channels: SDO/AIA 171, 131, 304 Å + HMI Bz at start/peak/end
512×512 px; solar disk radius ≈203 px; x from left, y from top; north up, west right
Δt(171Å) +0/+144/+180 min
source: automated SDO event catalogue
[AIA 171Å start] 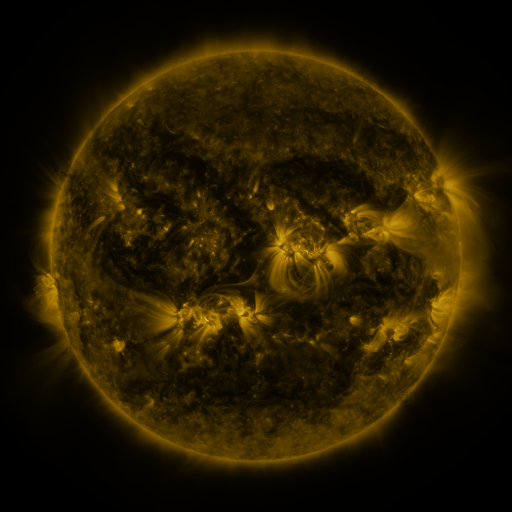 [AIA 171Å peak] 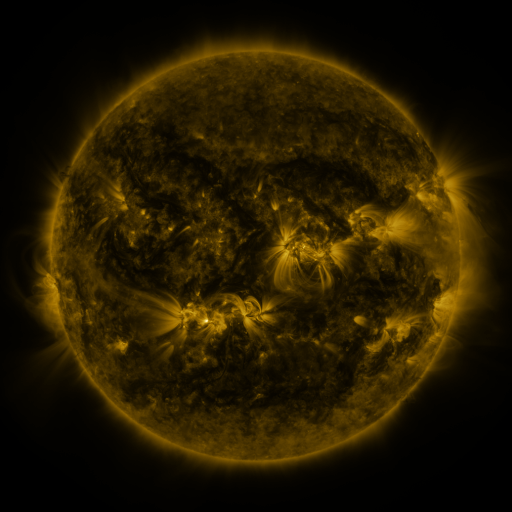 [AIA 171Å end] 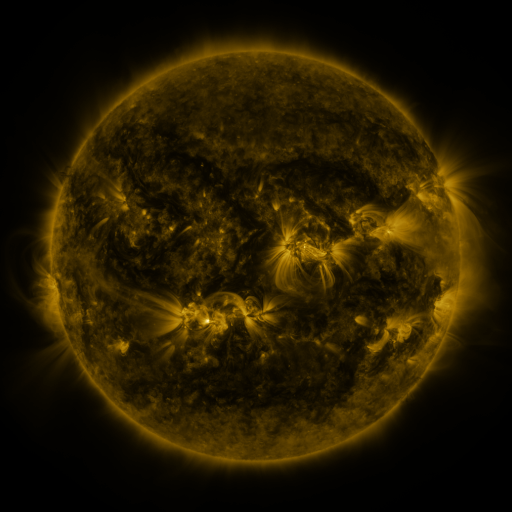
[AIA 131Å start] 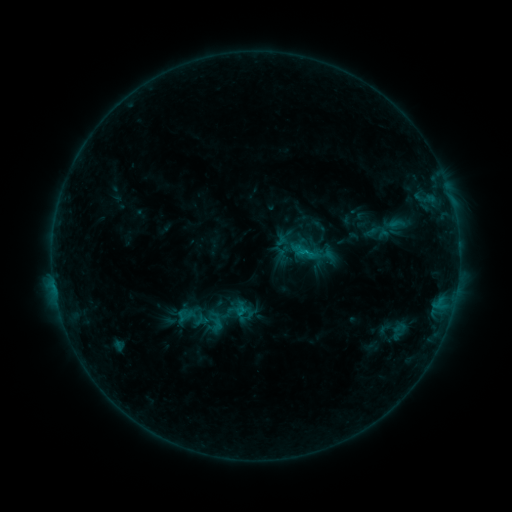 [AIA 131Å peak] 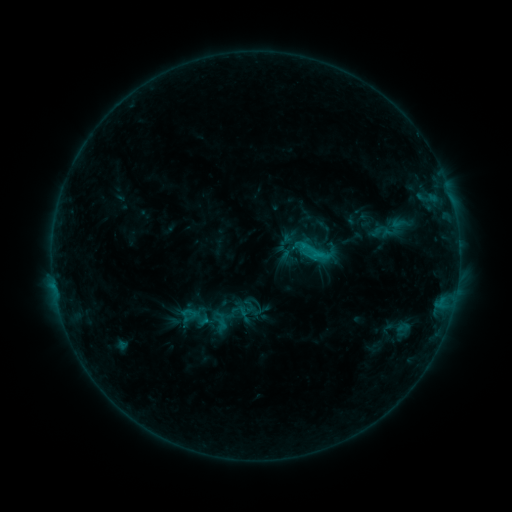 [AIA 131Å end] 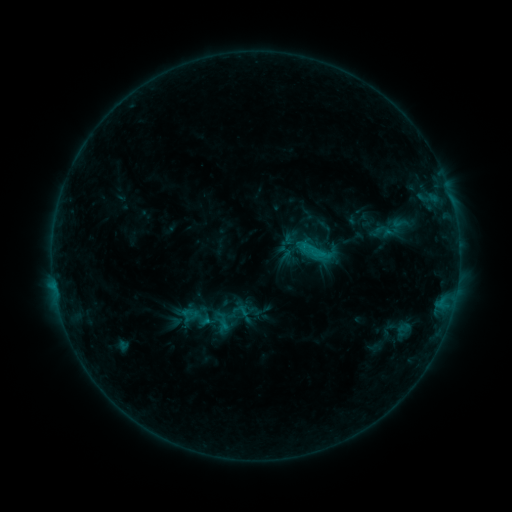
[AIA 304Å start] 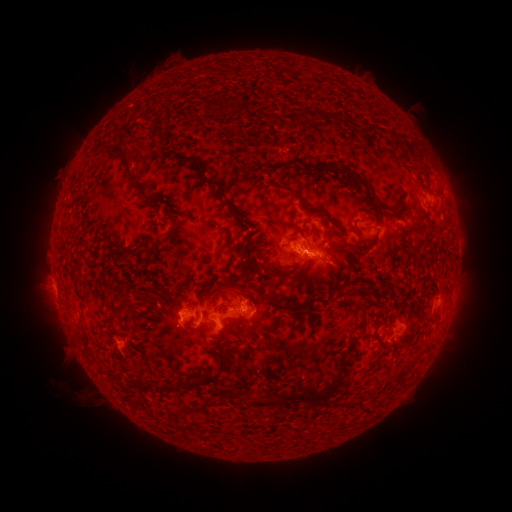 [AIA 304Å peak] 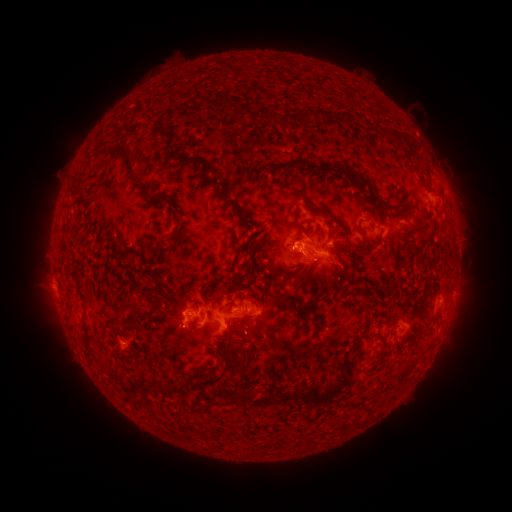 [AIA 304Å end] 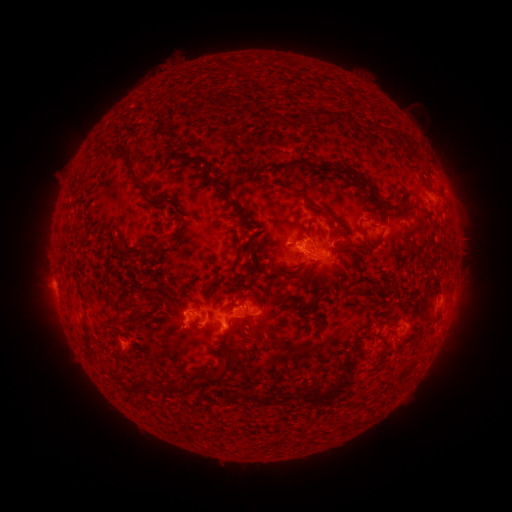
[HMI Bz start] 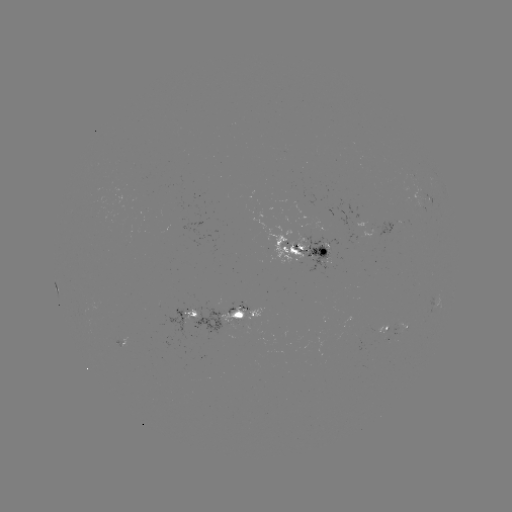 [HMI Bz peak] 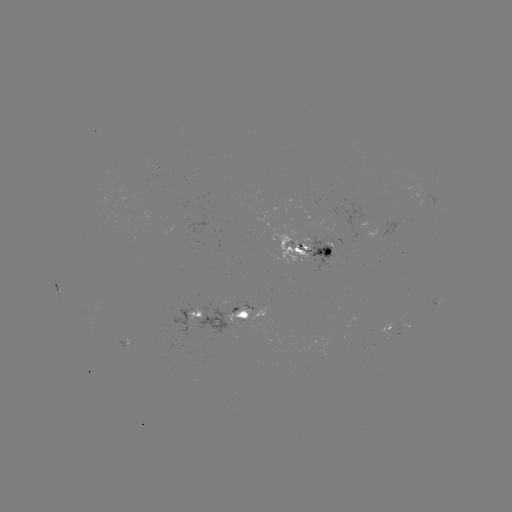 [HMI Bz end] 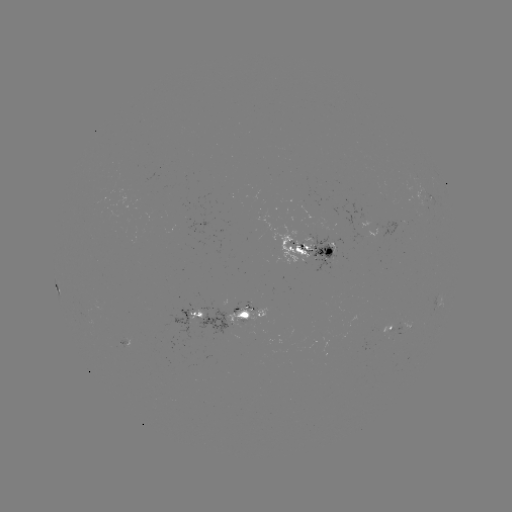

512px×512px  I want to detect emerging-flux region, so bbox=[324, 242, 335, 253].